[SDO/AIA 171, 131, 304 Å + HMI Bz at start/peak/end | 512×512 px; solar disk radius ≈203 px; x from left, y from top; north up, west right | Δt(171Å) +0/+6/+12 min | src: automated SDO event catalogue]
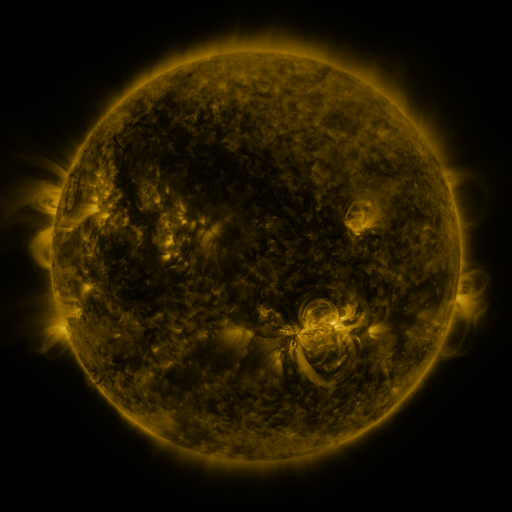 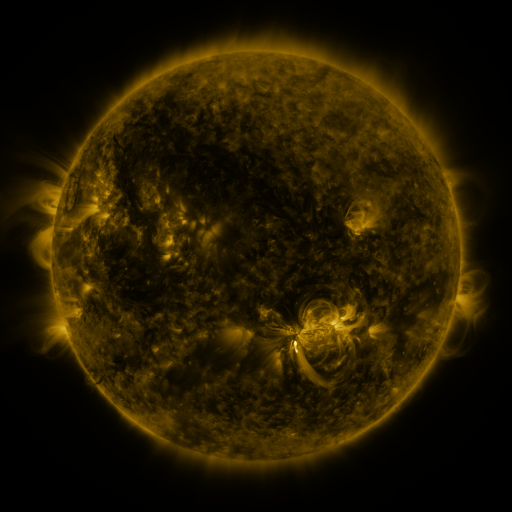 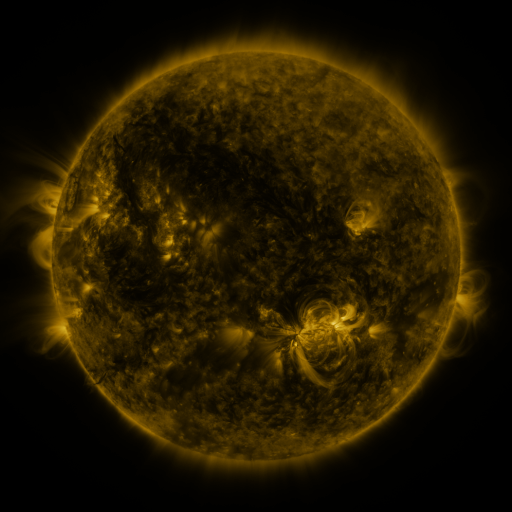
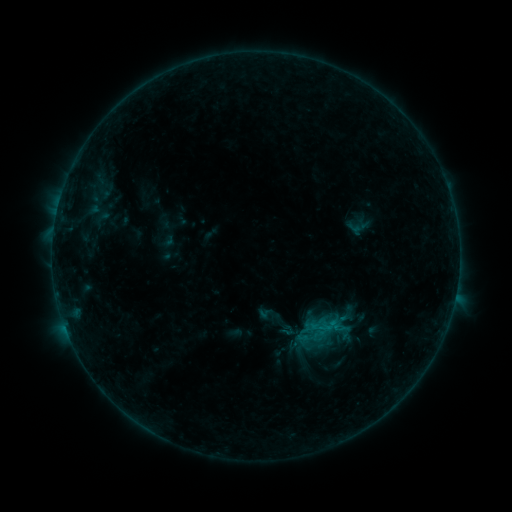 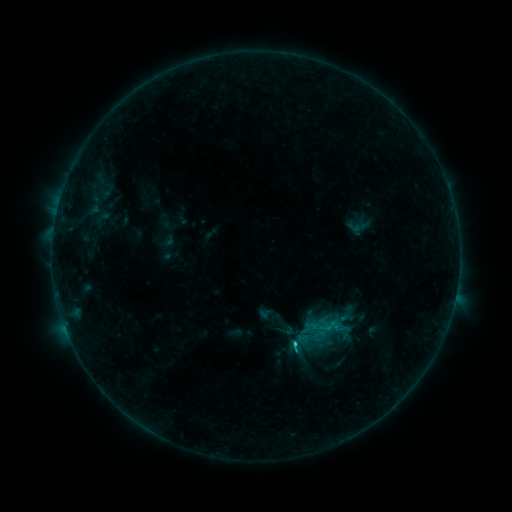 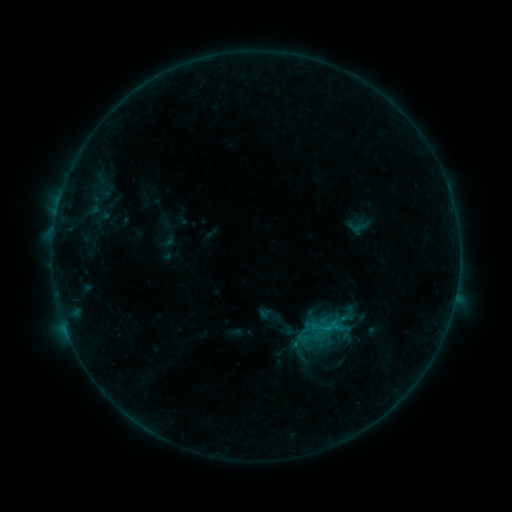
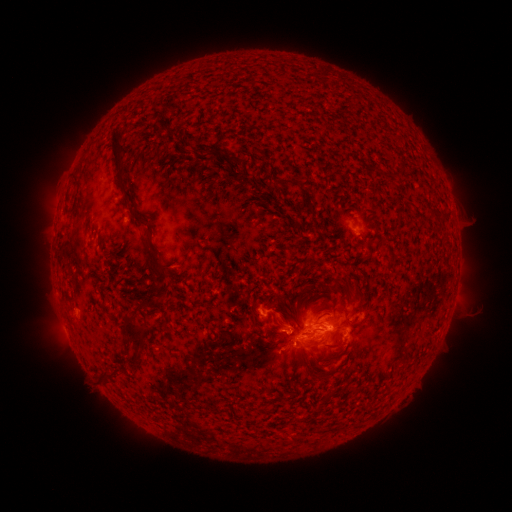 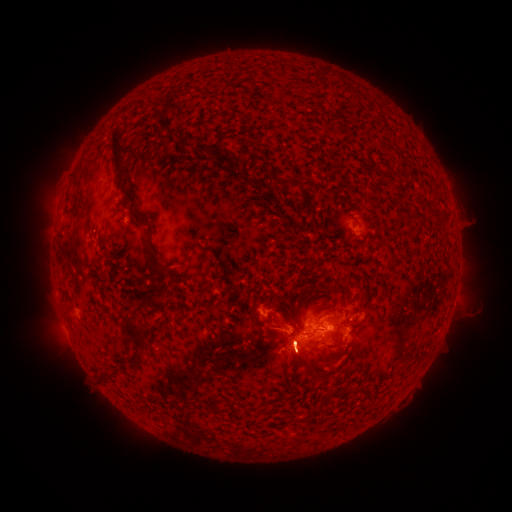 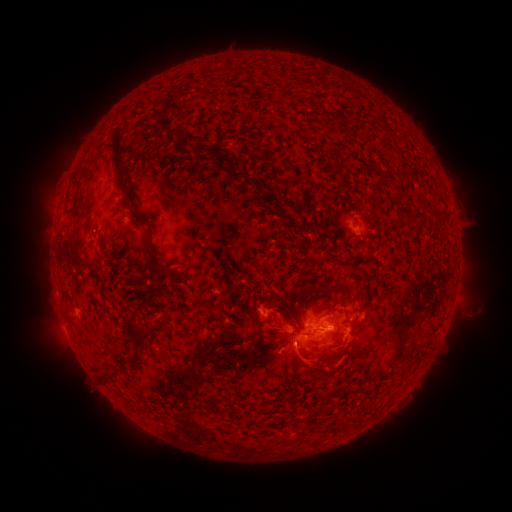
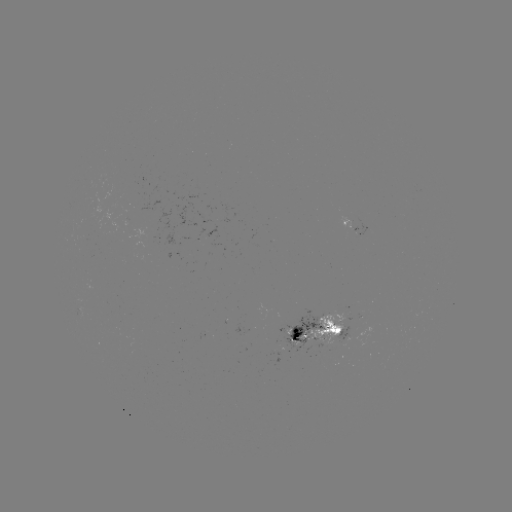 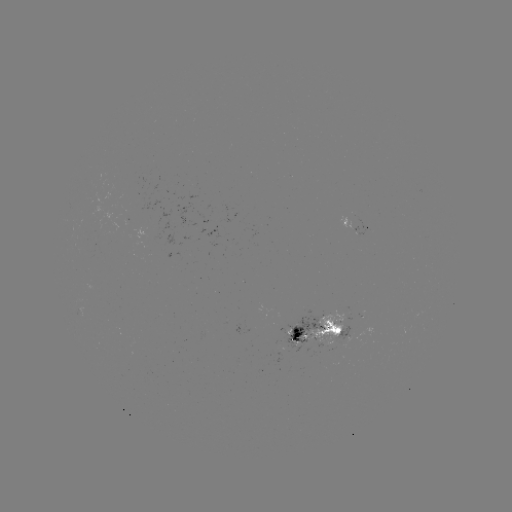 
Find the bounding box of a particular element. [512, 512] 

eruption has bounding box [263, 303, 335, 387].